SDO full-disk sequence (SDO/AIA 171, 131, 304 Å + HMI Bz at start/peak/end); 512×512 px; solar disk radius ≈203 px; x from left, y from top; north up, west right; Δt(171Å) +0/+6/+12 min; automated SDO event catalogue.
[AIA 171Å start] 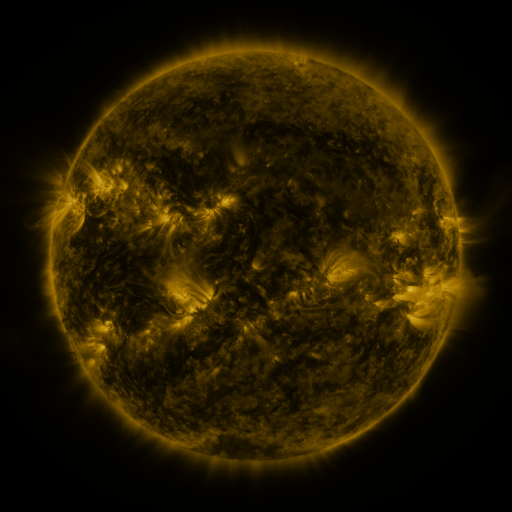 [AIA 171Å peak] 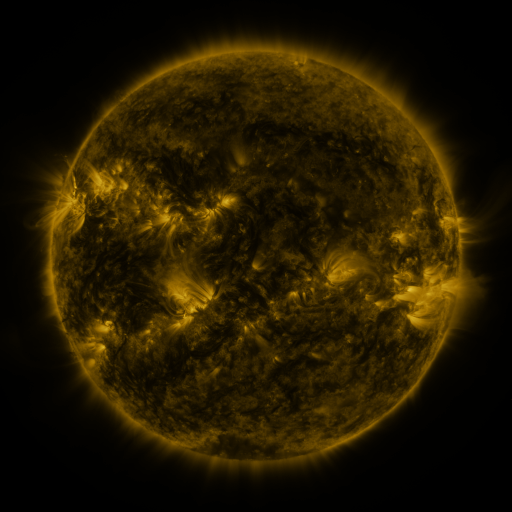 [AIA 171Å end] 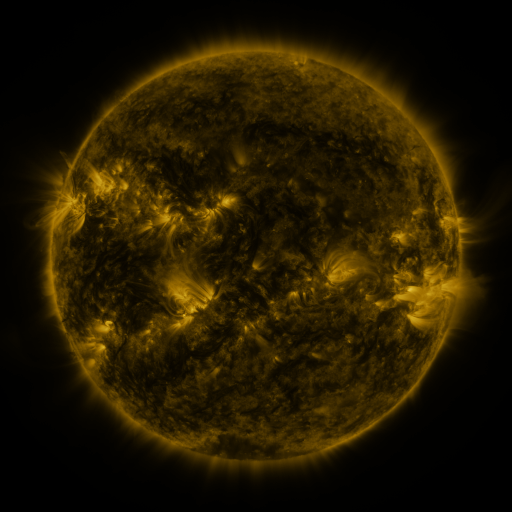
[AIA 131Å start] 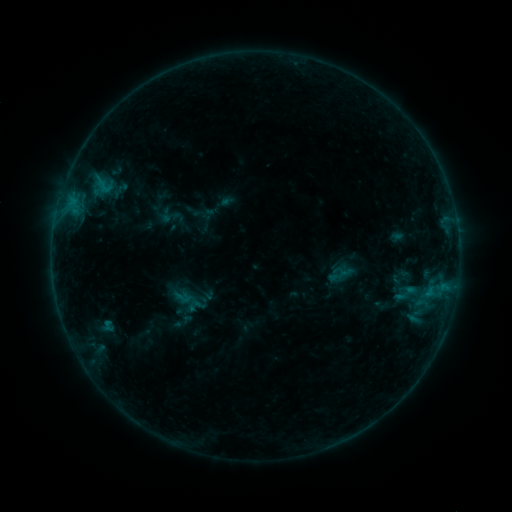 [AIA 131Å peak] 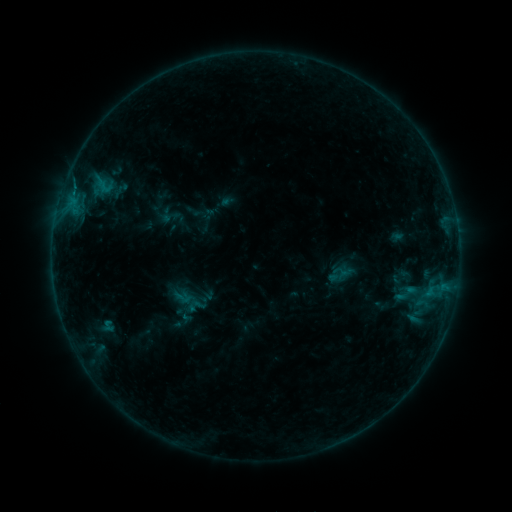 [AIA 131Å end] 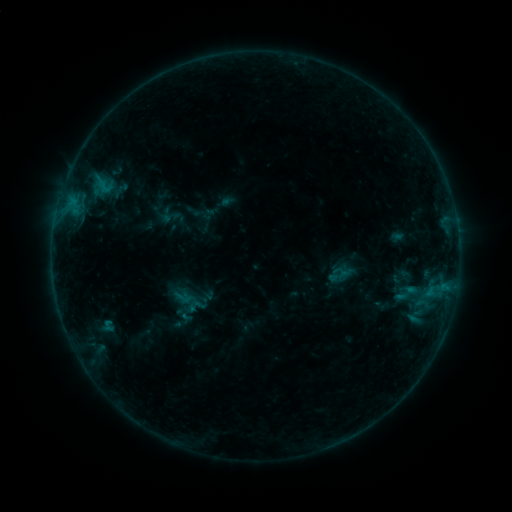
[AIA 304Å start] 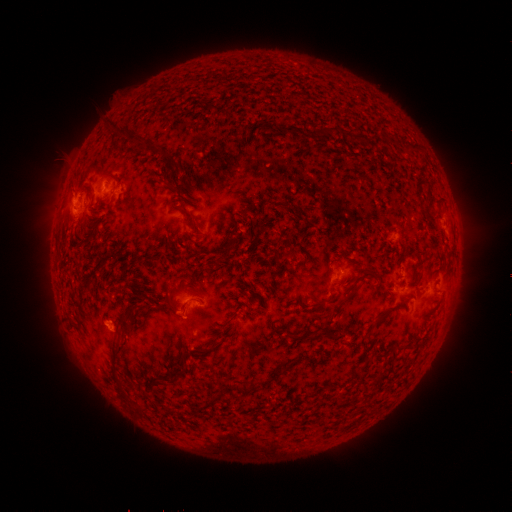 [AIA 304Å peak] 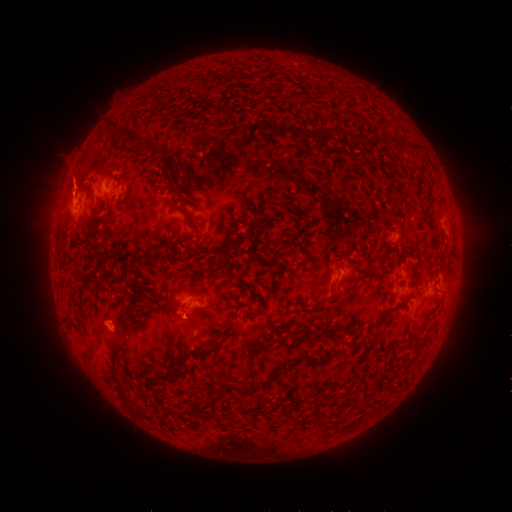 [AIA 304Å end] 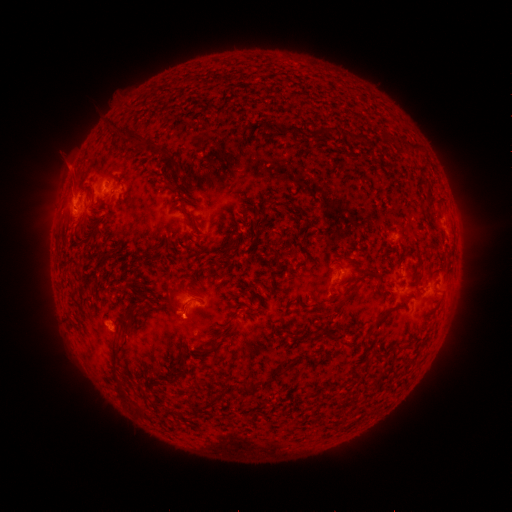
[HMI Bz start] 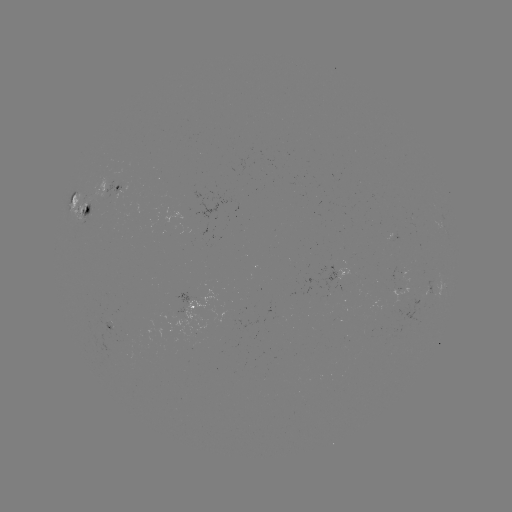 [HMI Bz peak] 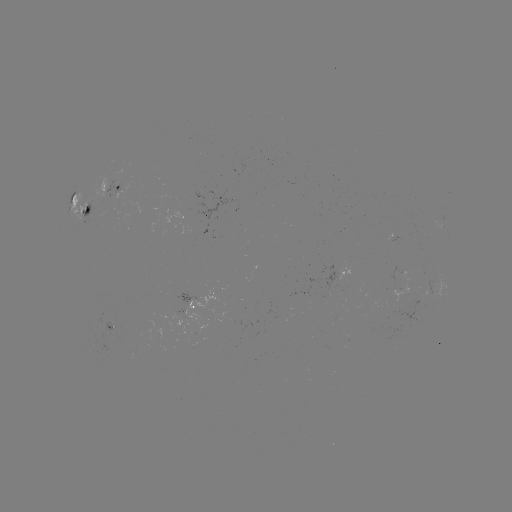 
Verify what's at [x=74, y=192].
B7.6 flare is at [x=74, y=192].